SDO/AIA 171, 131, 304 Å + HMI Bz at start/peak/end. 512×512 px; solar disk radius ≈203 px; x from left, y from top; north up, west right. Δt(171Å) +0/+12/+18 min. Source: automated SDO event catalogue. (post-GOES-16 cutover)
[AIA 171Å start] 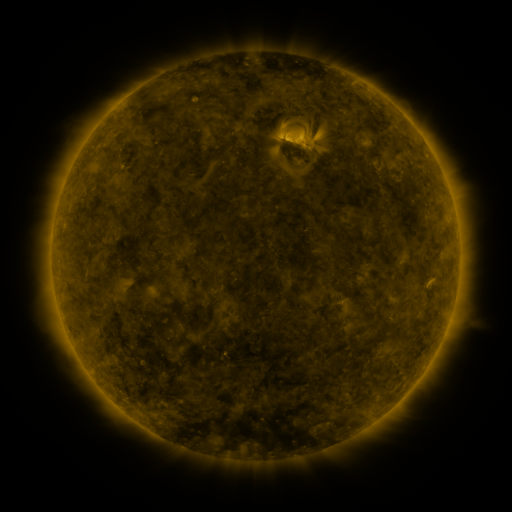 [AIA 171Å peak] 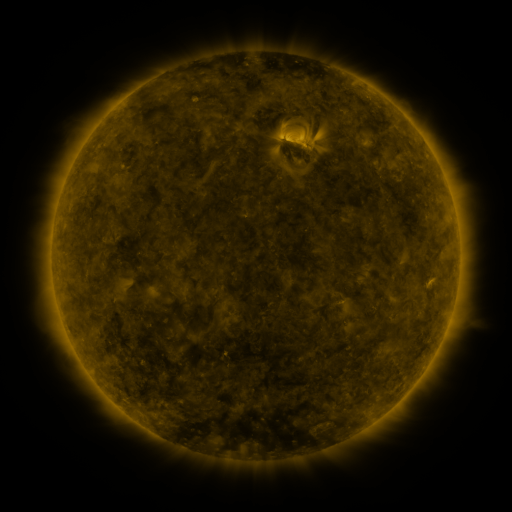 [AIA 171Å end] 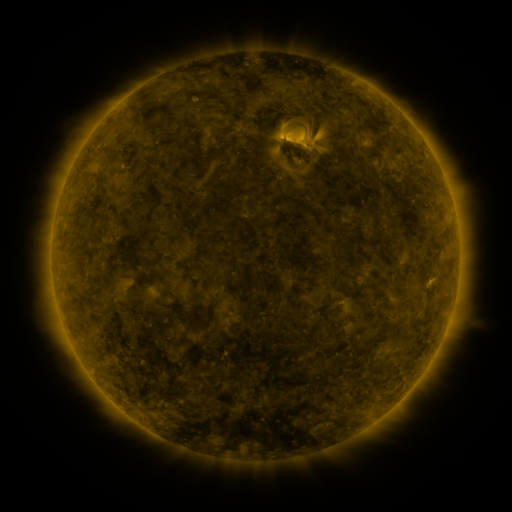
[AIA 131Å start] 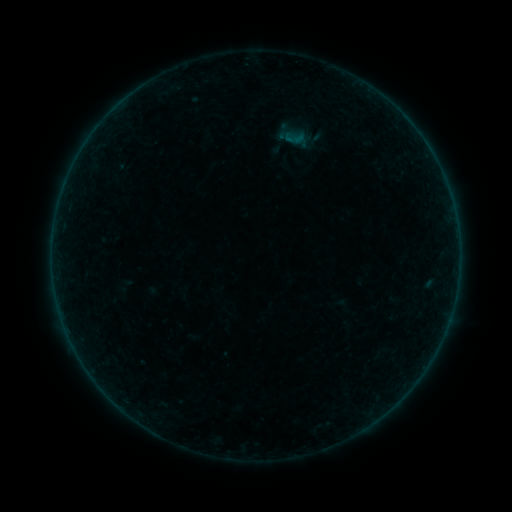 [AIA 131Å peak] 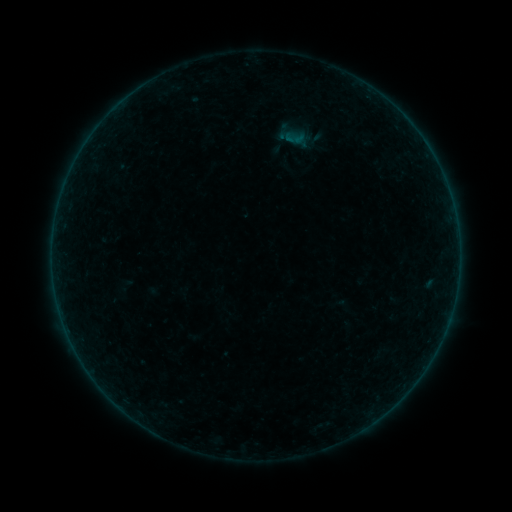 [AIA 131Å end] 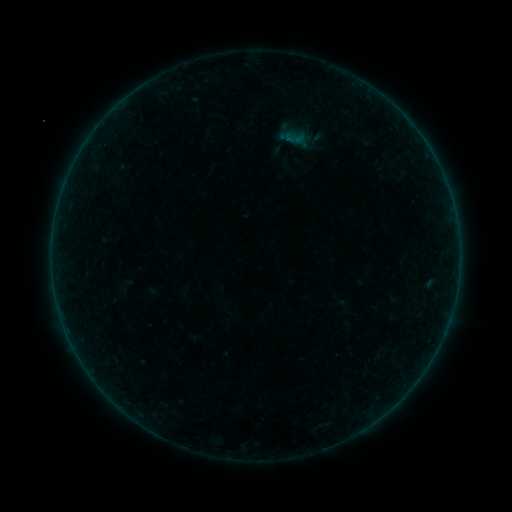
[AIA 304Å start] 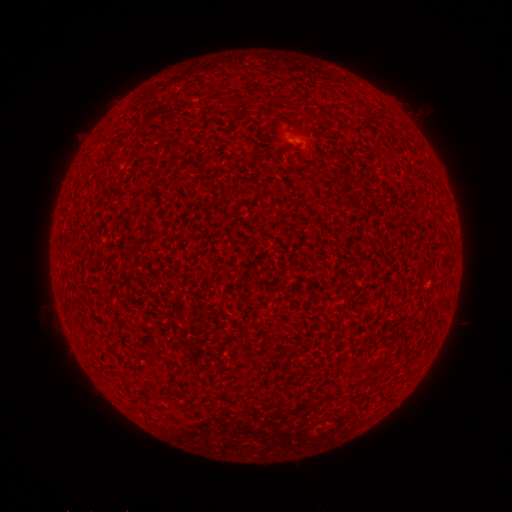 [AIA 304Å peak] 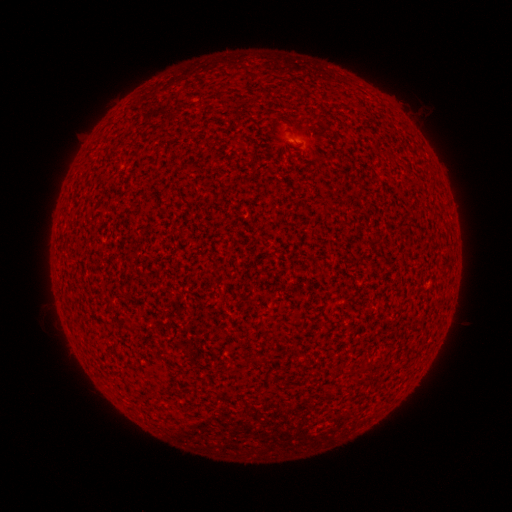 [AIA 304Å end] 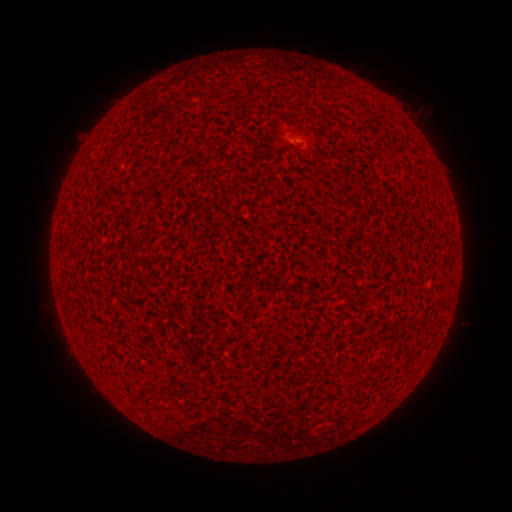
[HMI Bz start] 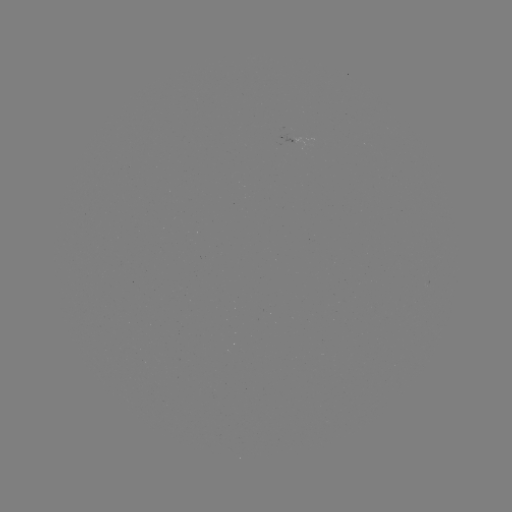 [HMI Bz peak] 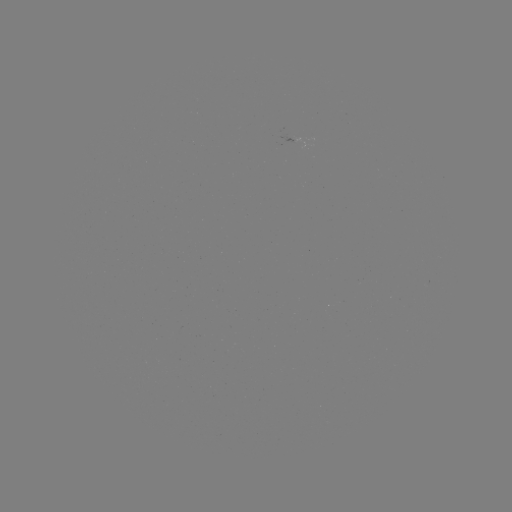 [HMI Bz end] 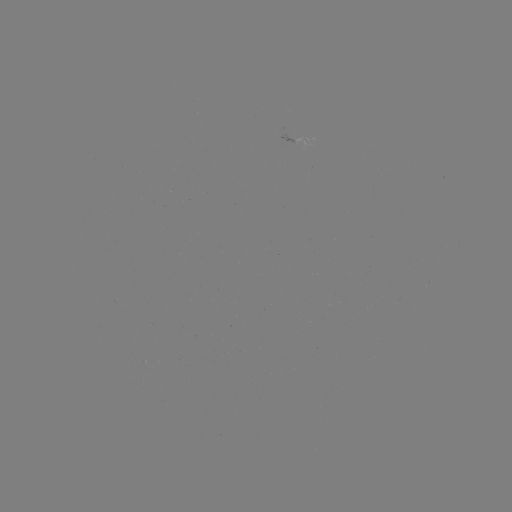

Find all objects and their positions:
A1.9 flare: (293, 141)
